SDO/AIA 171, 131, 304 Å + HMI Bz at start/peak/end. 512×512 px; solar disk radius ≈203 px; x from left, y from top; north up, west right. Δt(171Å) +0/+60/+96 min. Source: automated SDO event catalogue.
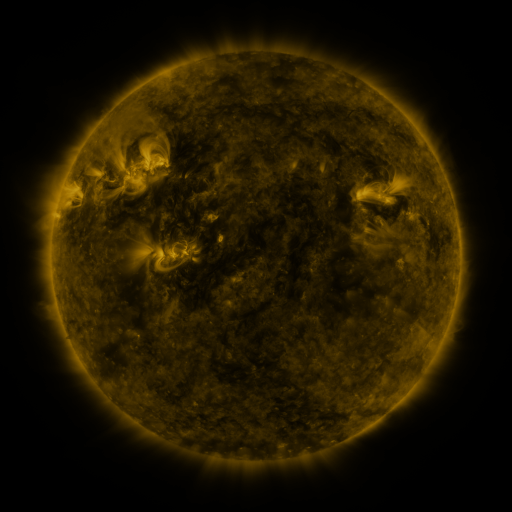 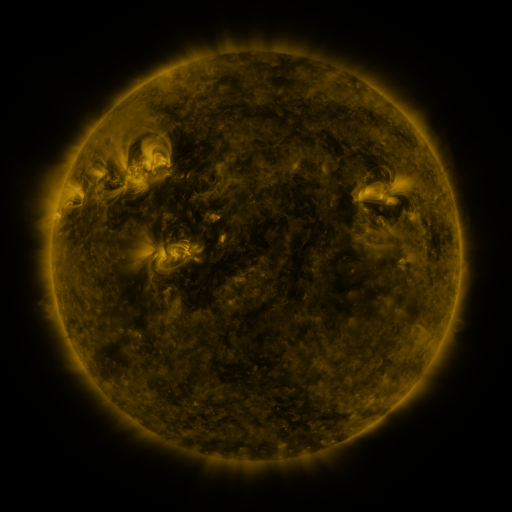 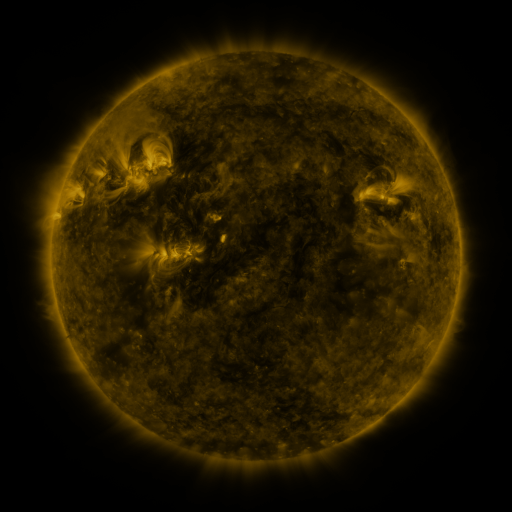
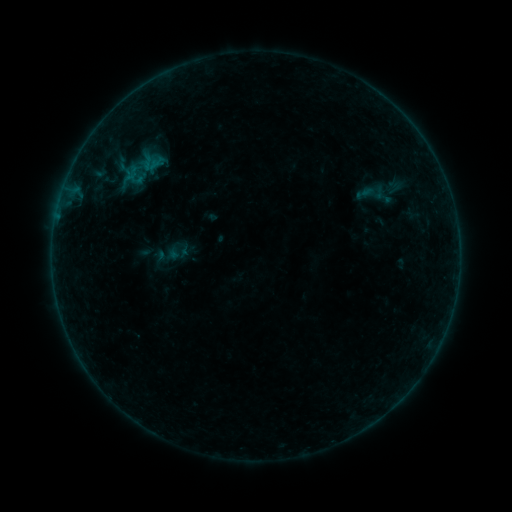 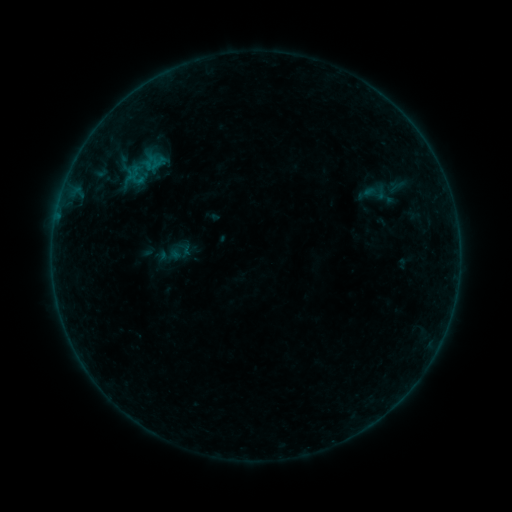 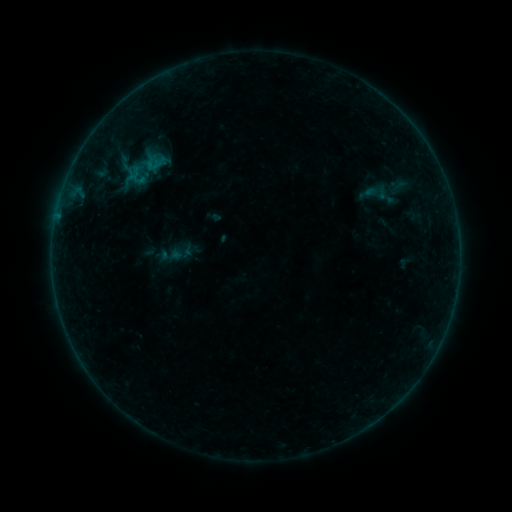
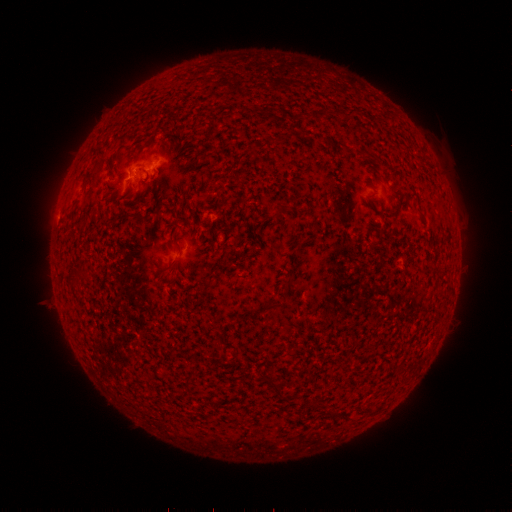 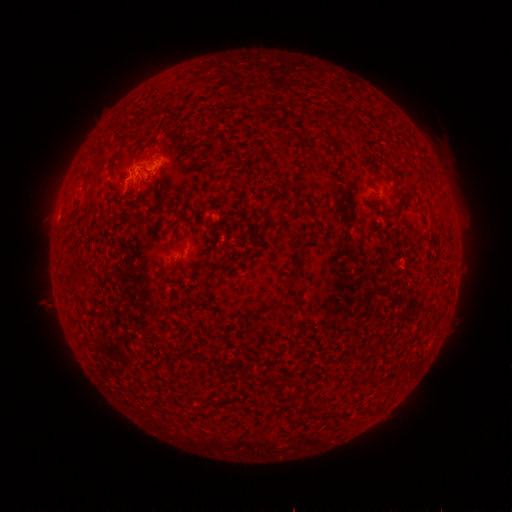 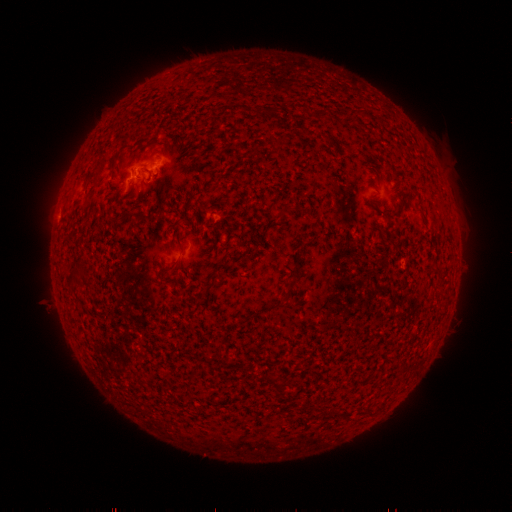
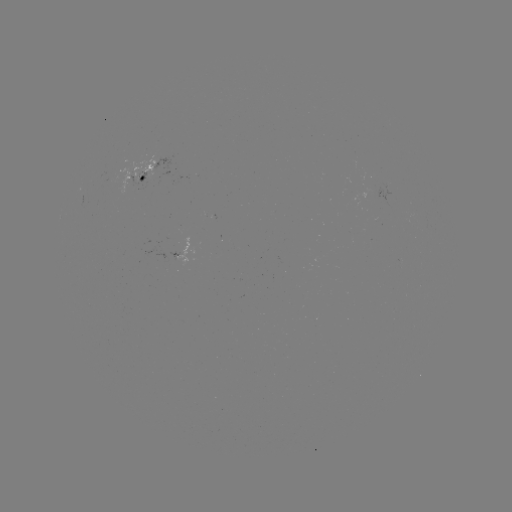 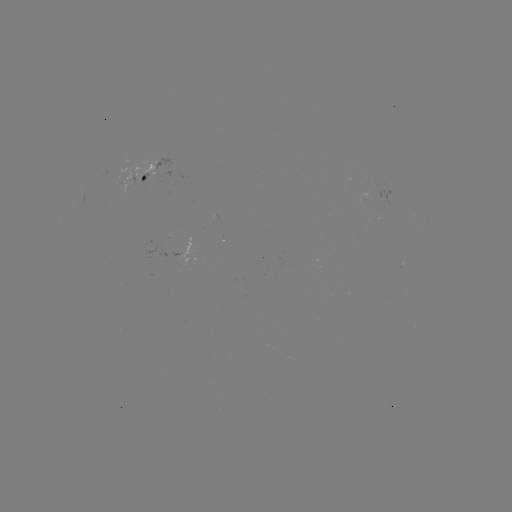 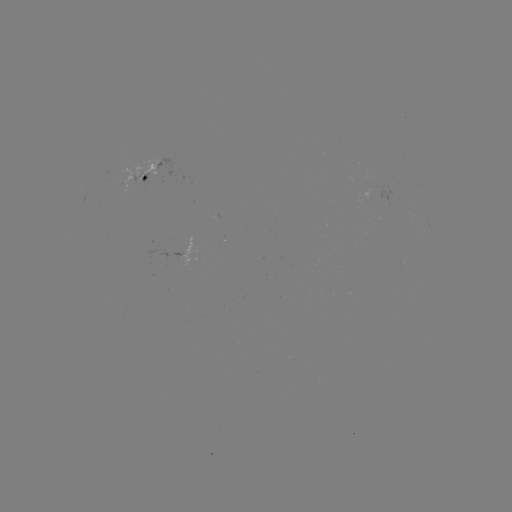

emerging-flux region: (405, 207, 415, 218)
